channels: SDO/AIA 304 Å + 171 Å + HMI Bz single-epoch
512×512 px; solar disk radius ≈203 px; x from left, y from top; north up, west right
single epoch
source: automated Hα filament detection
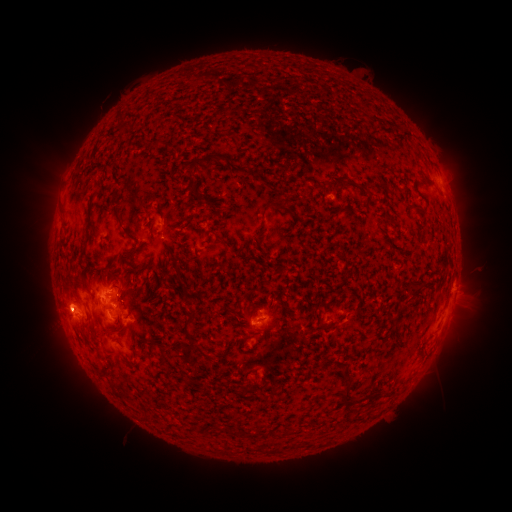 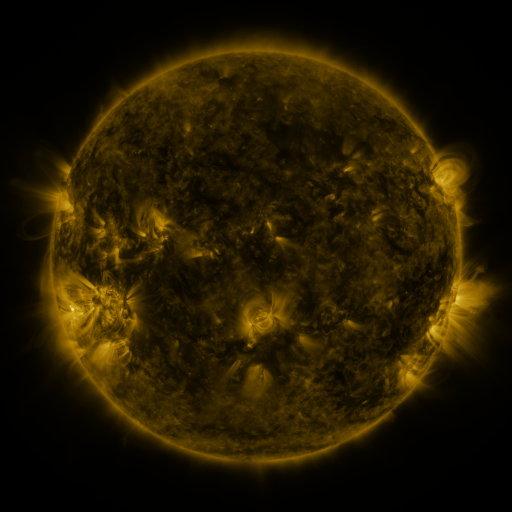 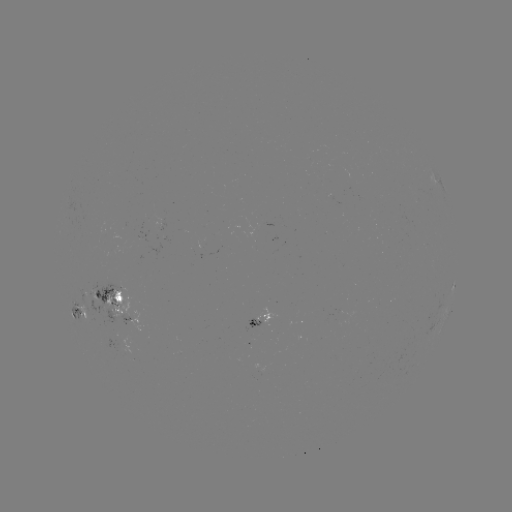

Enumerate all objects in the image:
filament: (213, 159)
filament: (334, 186)
filament: (365, 190)
filament: (272, 205)
filament: (420, 210)
filament: (118, 214)
filament: (179, 276)
filament: (415, 292)
filament: (190, 317)
filament: (148, 343)
filament: (199, 349)
filament: (345, 371)
filament: (342, 396)
